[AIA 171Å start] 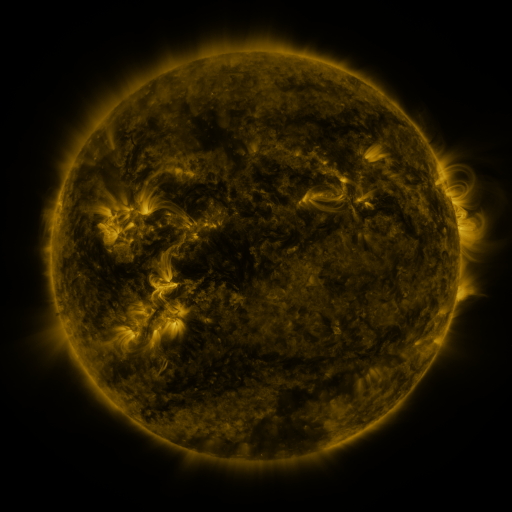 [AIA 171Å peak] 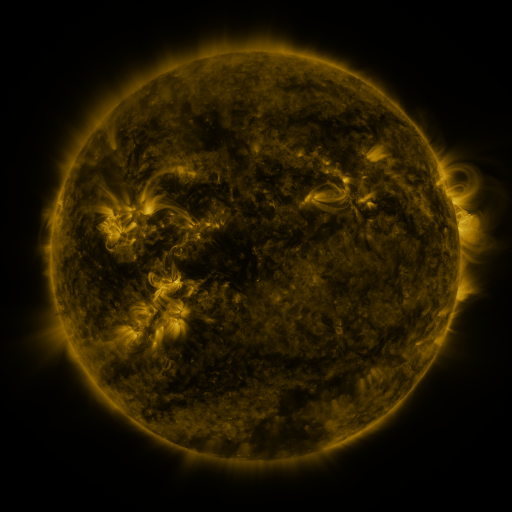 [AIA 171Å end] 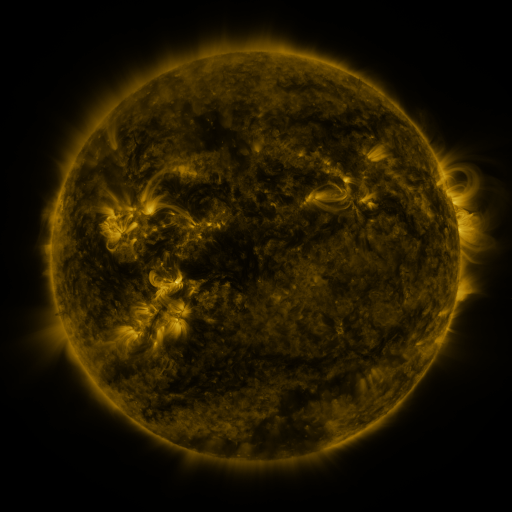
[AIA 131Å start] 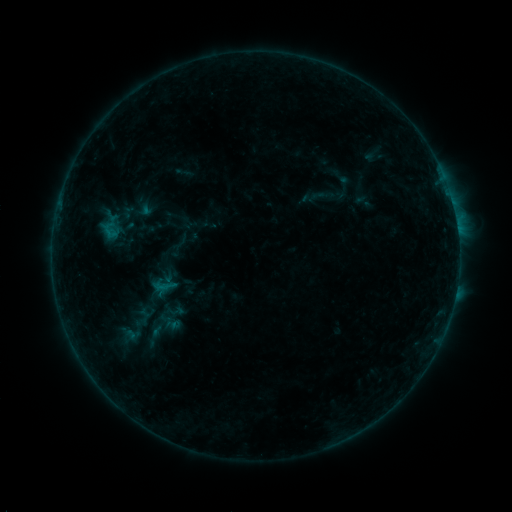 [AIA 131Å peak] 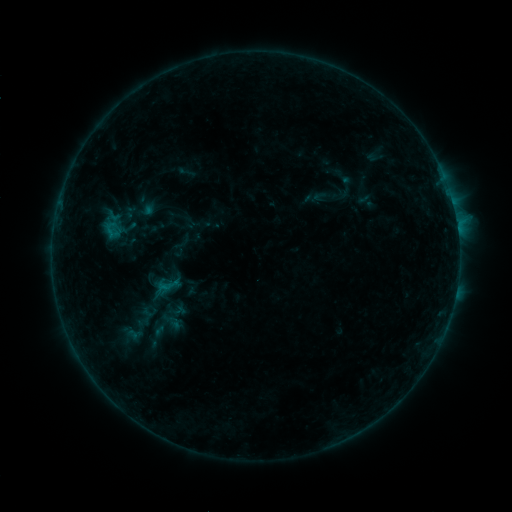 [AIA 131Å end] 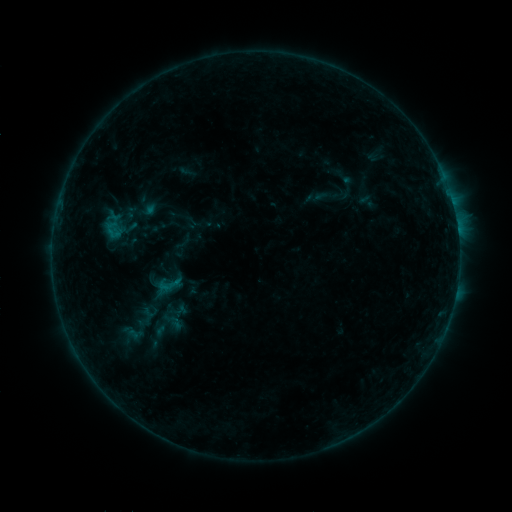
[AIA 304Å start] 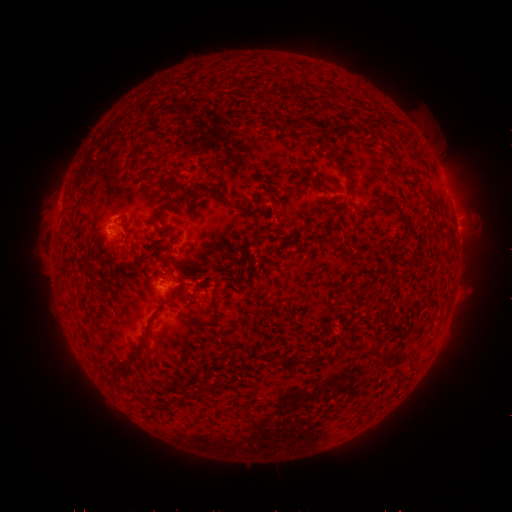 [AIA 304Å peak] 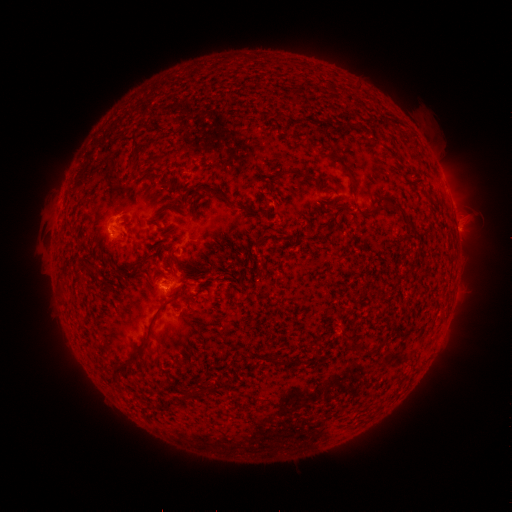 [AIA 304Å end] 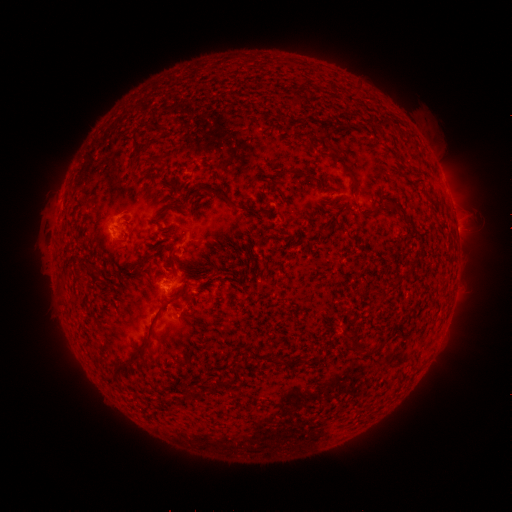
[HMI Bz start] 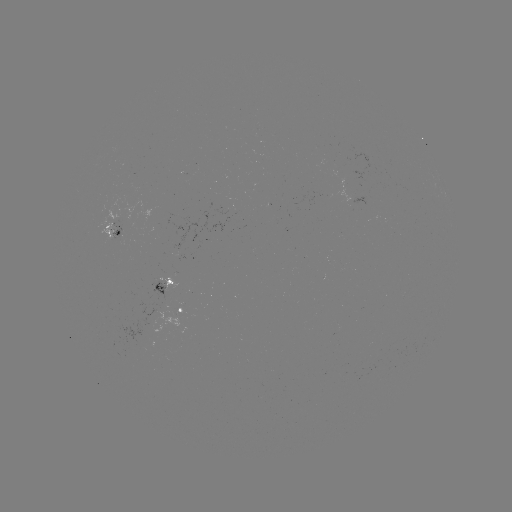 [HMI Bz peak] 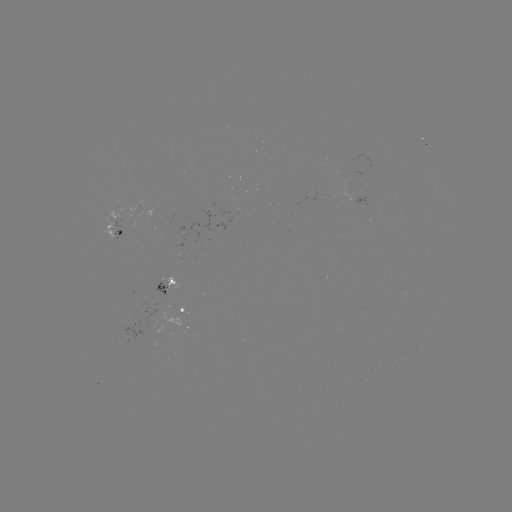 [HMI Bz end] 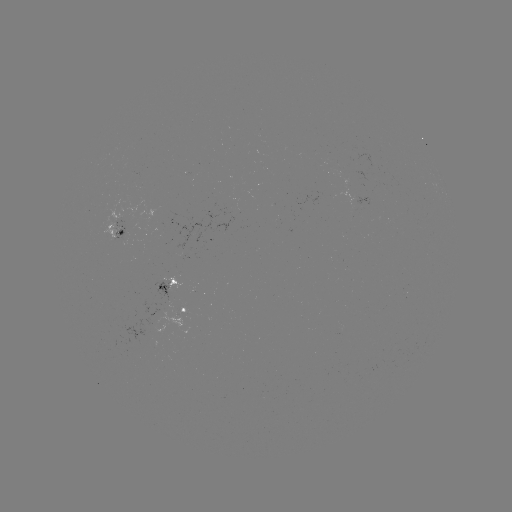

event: emerging-flux region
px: (179, 313)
